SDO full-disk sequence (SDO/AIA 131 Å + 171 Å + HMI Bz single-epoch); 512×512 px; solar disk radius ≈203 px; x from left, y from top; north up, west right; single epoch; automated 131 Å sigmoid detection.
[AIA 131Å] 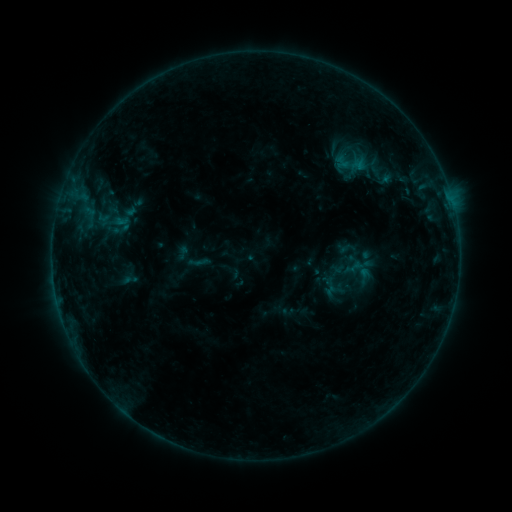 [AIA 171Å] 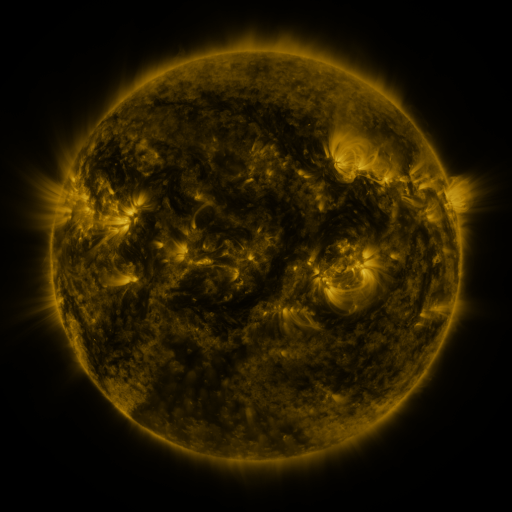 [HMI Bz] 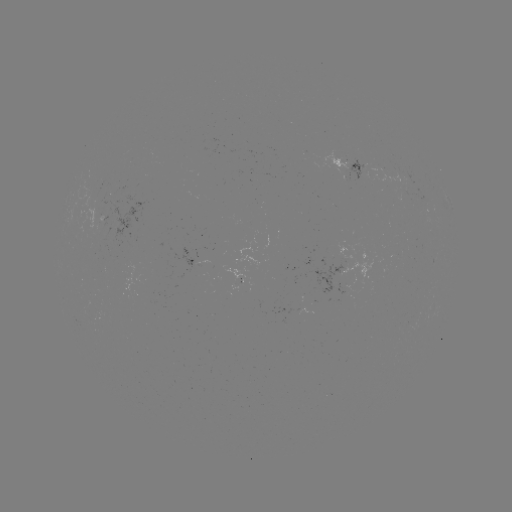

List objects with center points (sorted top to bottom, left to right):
sigmoid: (112, 223)
